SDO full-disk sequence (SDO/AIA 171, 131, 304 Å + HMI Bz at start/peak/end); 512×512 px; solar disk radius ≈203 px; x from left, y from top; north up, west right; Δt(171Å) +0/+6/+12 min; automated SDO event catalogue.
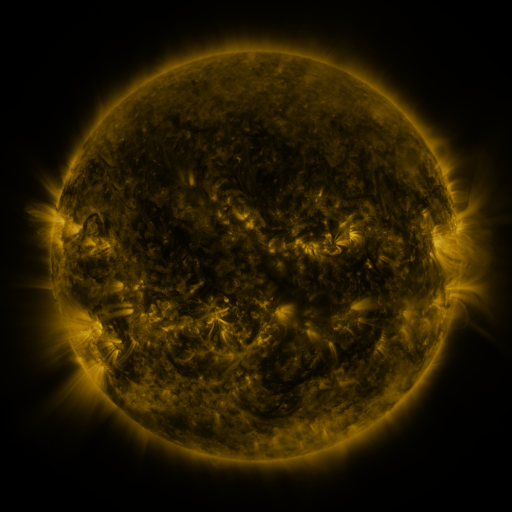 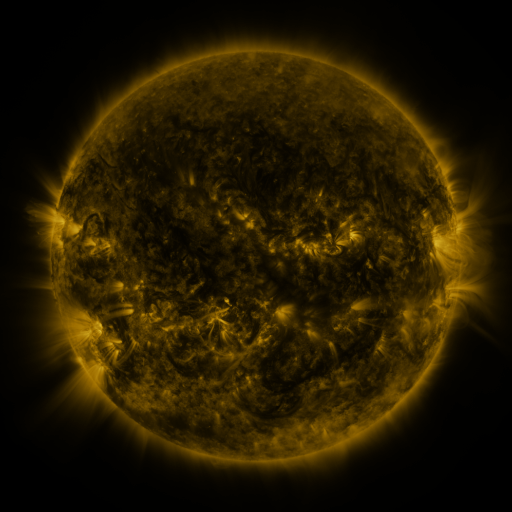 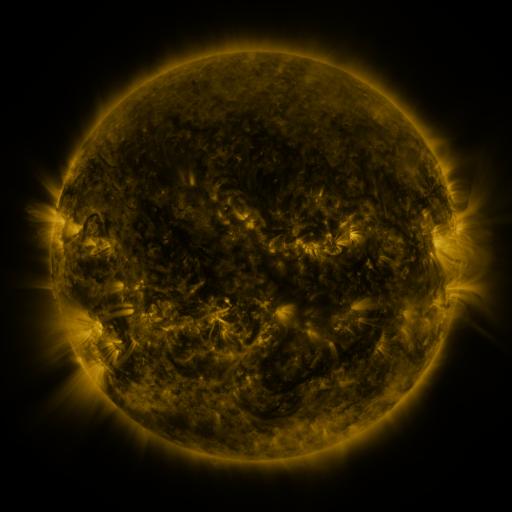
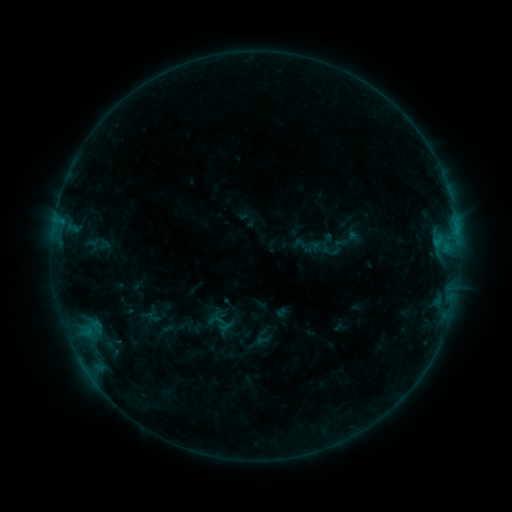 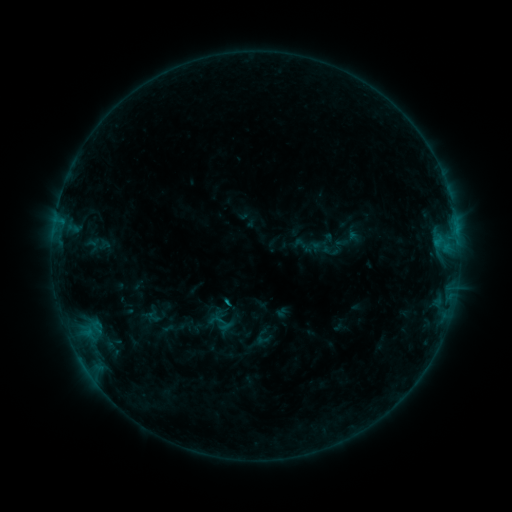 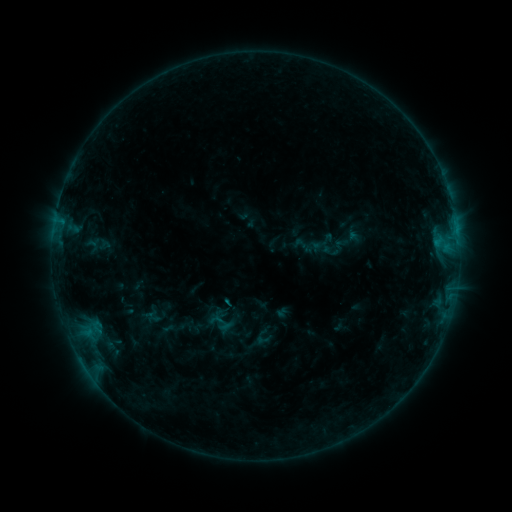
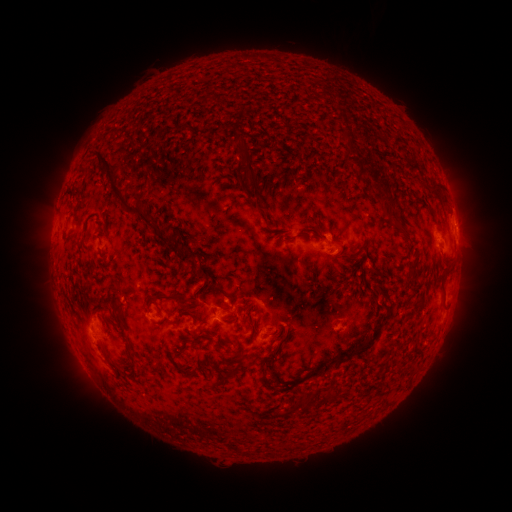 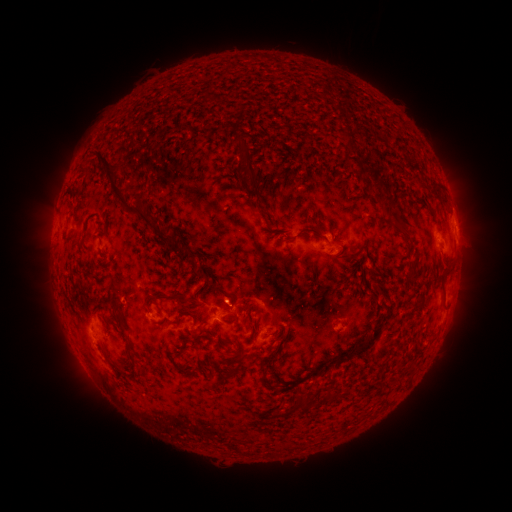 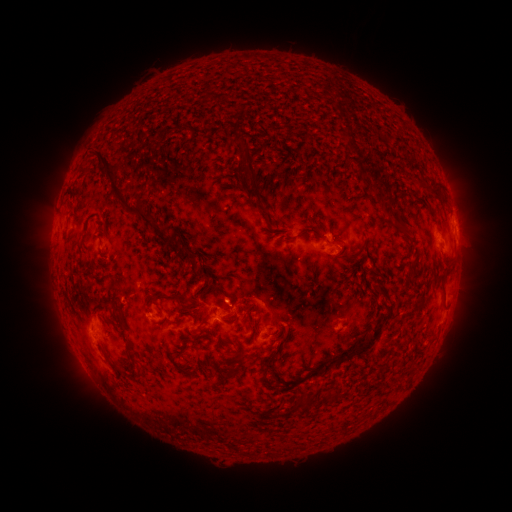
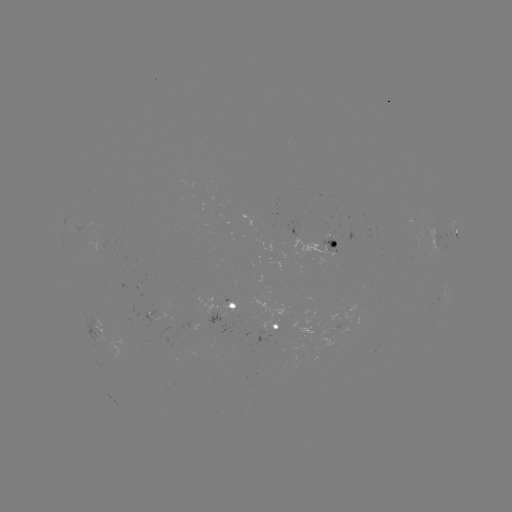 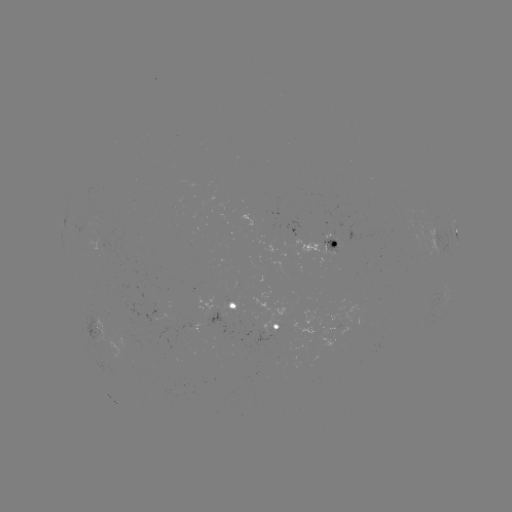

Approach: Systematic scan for B7.1 flare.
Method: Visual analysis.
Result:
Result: B7.1 flare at (227, 302).